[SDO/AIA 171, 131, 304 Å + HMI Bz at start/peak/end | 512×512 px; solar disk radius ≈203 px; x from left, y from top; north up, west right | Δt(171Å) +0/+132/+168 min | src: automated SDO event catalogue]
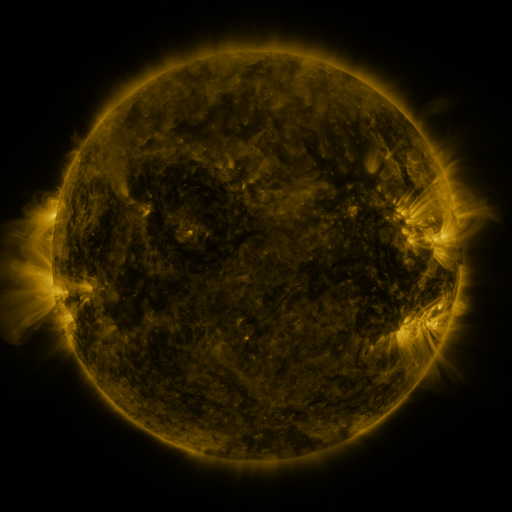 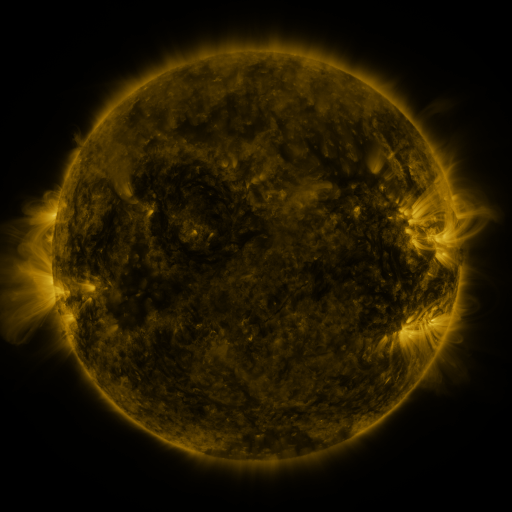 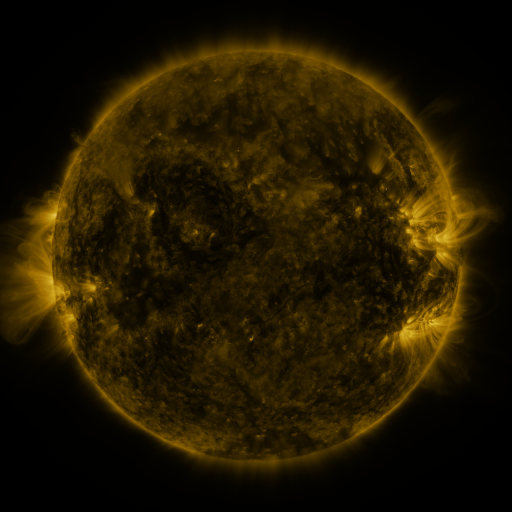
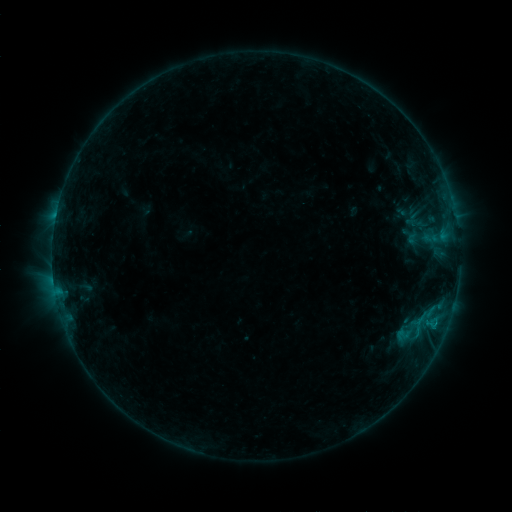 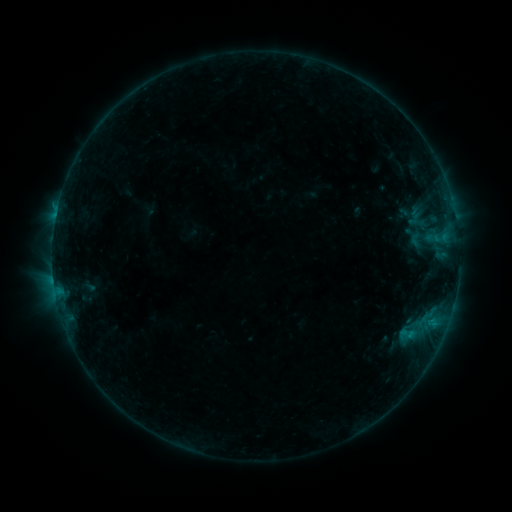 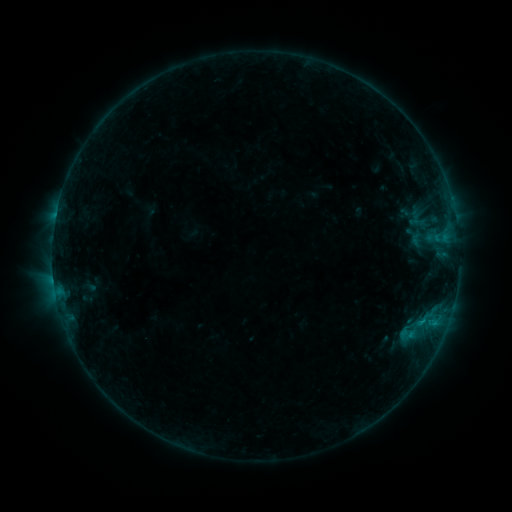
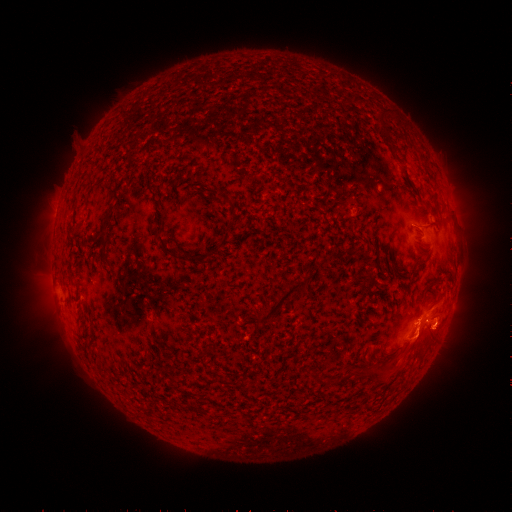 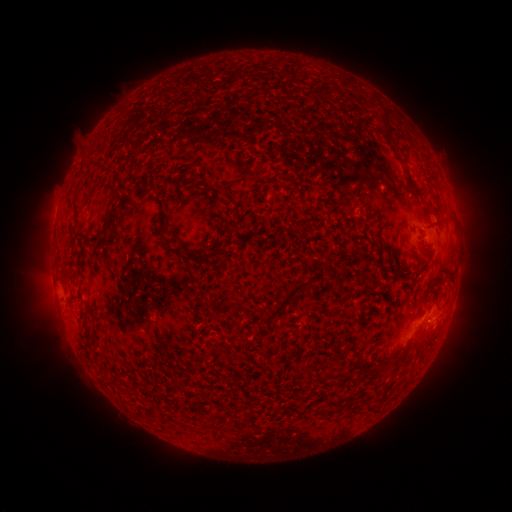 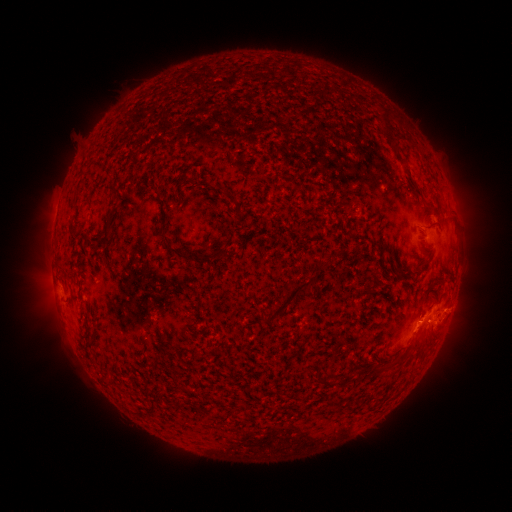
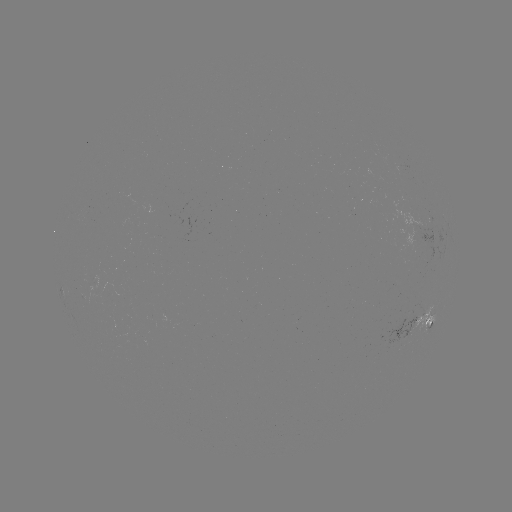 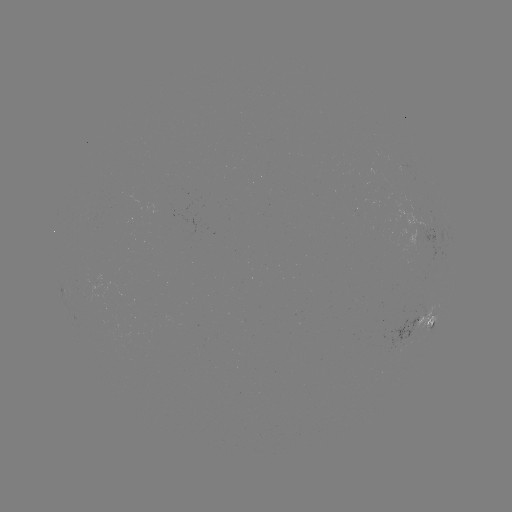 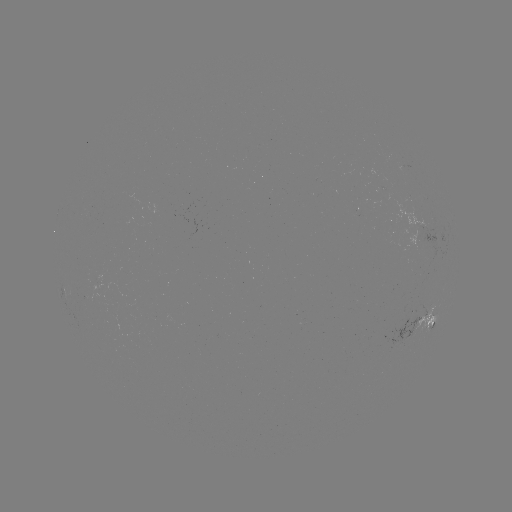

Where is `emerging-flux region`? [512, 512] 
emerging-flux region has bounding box [185, 220, 200, 241].